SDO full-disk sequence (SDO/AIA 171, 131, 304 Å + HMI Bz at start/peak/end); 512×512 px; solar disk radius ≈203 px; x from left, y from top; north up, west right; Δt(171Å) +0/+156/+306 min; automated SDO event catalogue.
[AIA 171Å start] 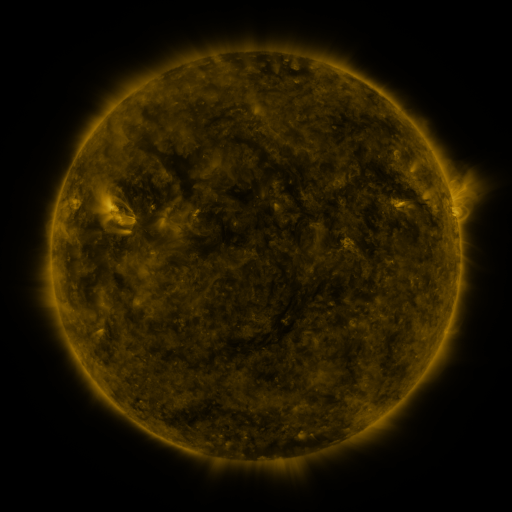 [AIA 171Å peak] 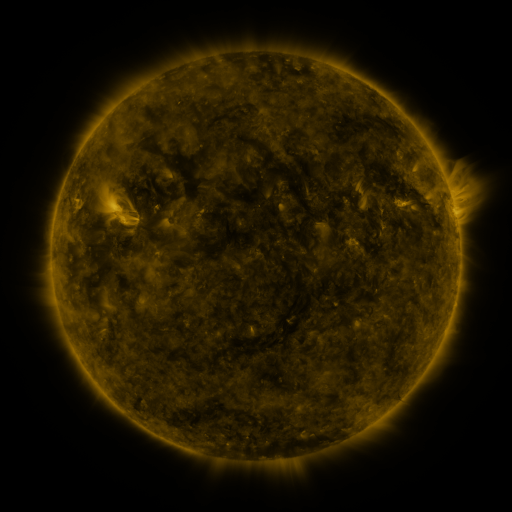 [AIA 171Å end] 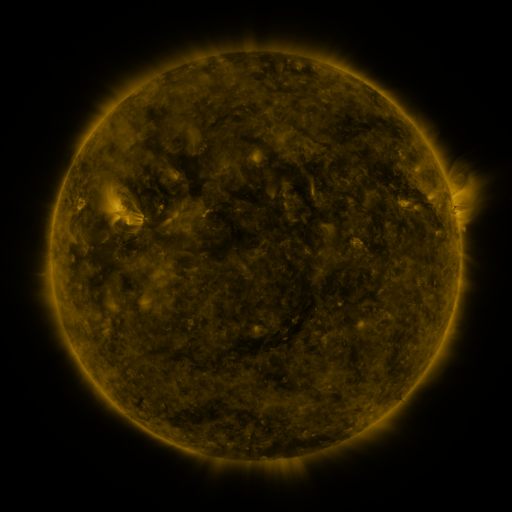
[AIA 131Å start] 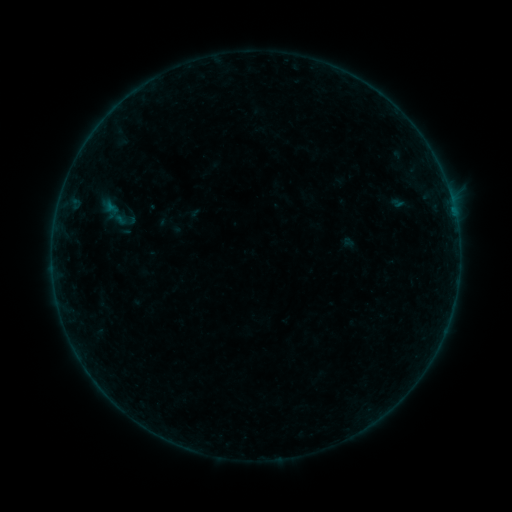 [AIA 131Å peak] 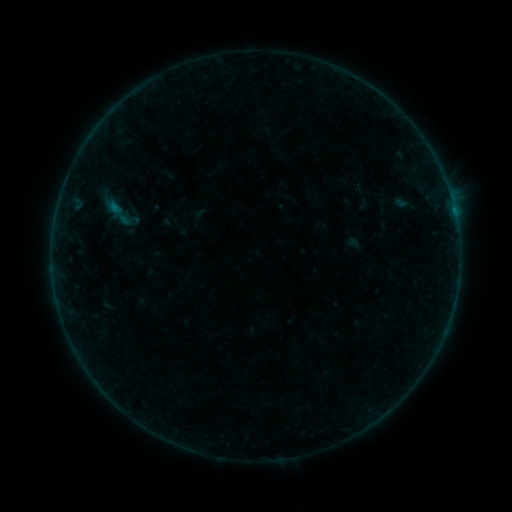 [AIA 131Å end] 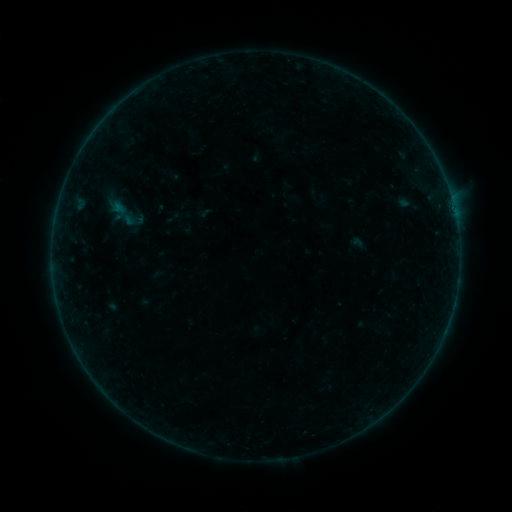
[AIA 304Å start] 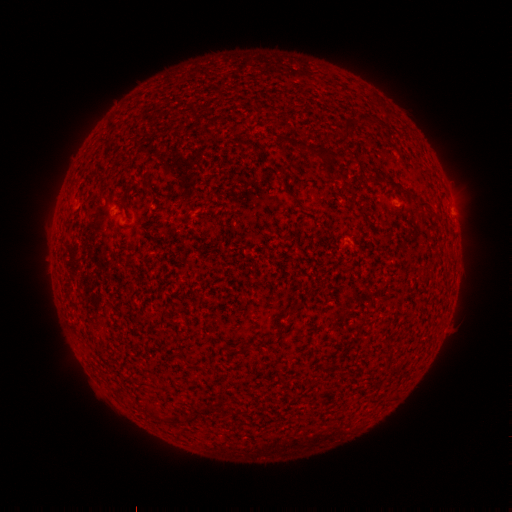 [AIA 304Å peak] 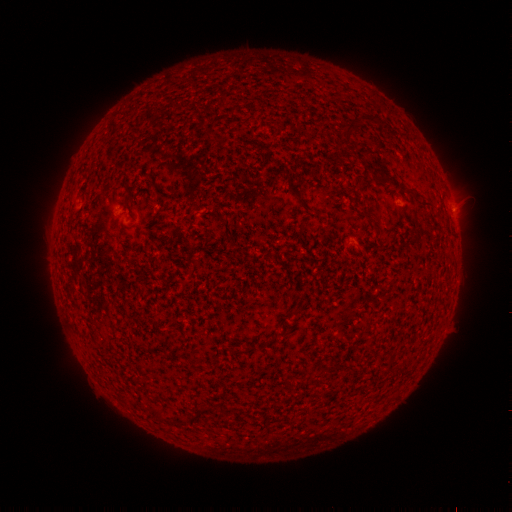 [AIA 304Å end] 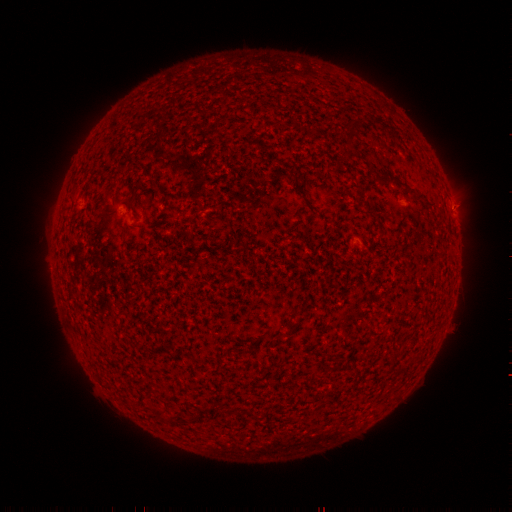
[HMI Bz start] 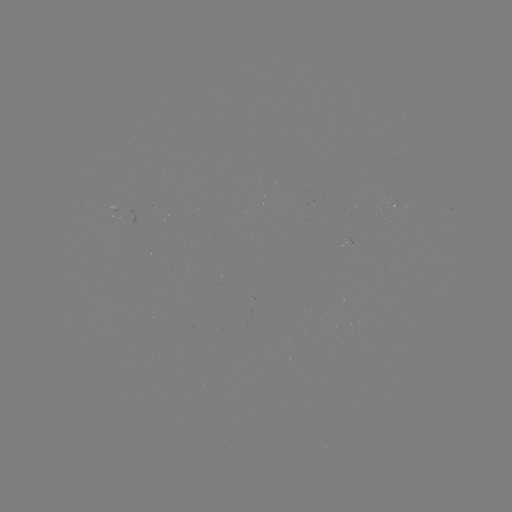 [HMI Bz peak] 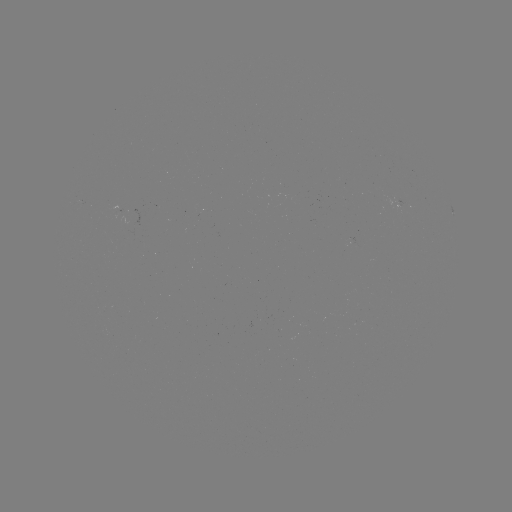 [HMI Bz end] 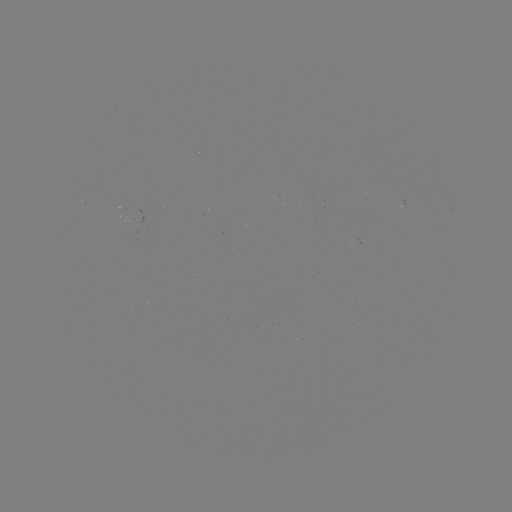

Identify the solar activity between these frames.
filament eruption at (356, 180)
